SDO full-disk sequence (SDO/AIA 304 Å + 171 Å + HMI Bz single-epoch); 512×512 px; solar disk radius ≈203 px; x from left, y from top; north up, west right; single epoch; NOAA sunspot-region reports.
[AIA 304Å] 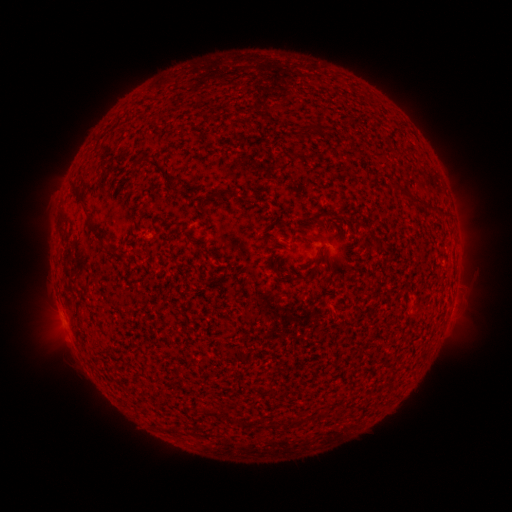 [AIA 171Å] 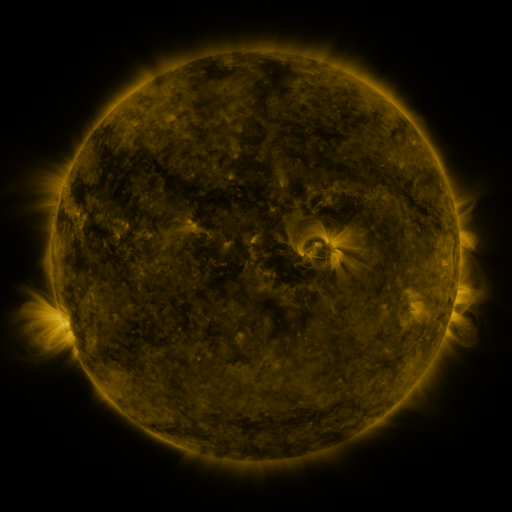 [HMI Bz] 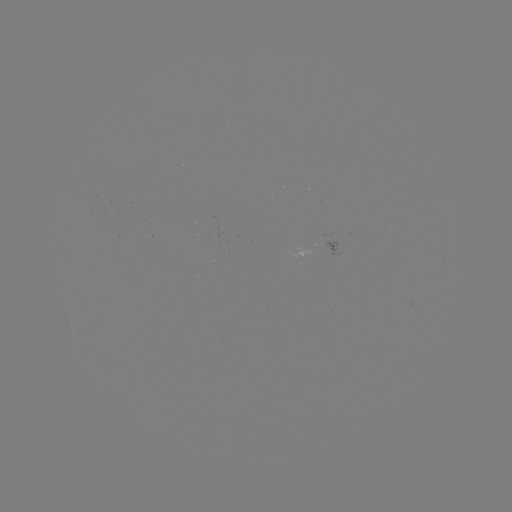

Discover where spotted active region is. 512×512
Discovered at (334, 246).